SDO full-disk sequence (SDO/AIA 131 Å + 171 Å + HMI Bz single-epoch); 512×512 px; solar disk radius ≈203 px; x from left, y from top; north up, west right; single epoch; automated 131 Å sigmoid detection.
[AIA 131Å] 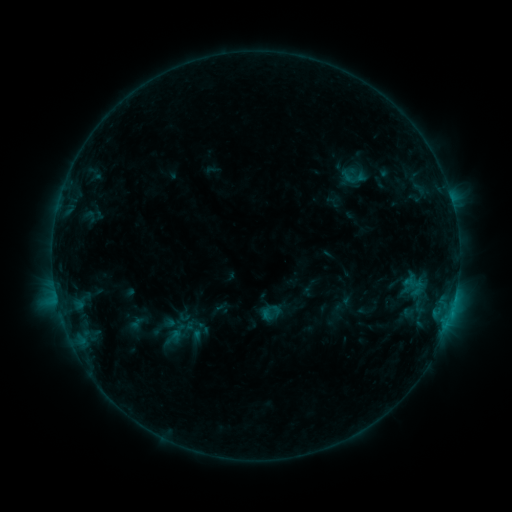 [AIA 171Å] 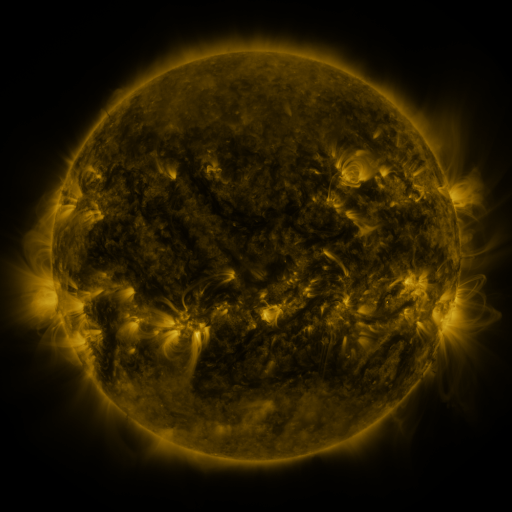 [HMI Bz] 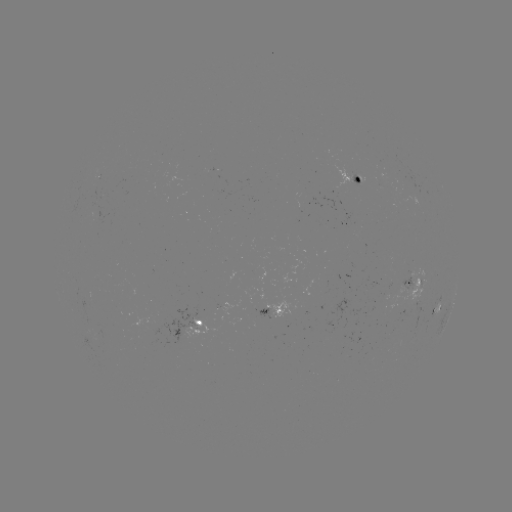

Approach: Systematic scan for sigmoid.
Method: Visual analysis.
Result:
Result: sigmoid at [182, 331].